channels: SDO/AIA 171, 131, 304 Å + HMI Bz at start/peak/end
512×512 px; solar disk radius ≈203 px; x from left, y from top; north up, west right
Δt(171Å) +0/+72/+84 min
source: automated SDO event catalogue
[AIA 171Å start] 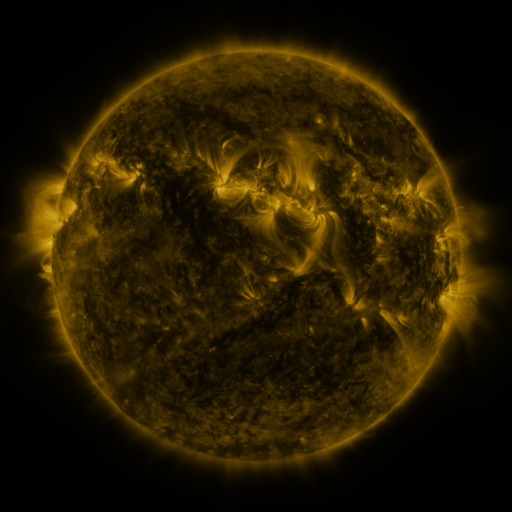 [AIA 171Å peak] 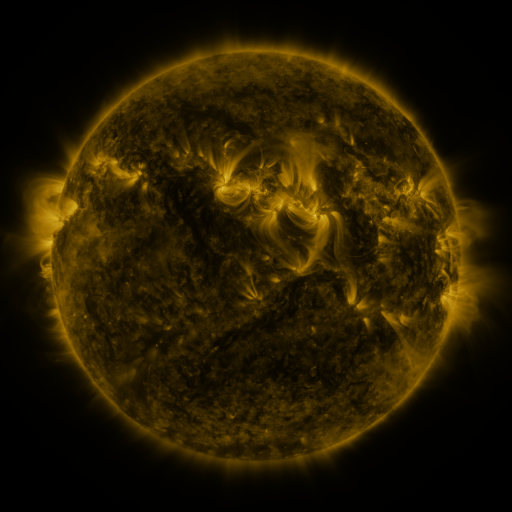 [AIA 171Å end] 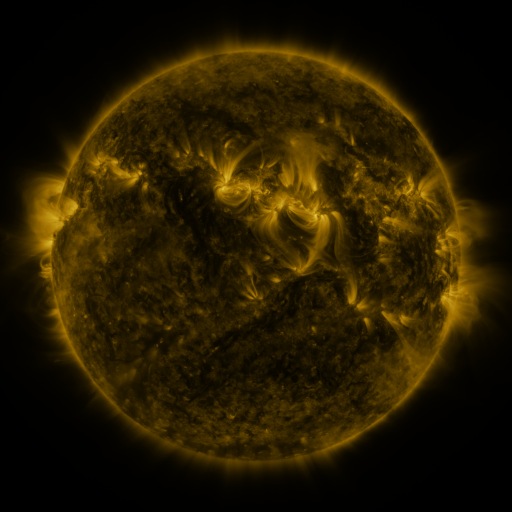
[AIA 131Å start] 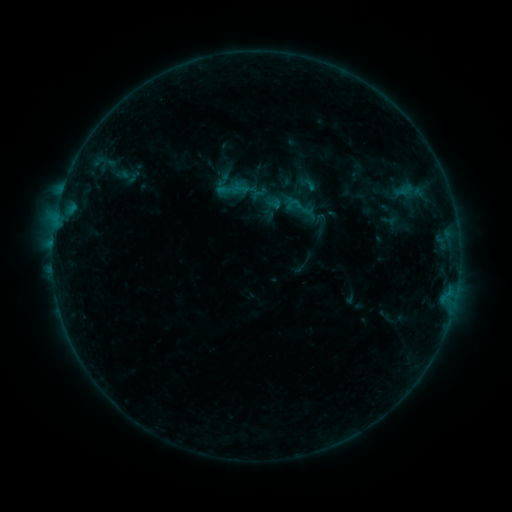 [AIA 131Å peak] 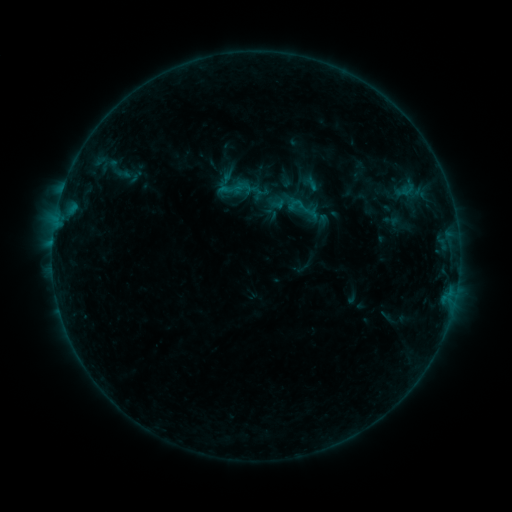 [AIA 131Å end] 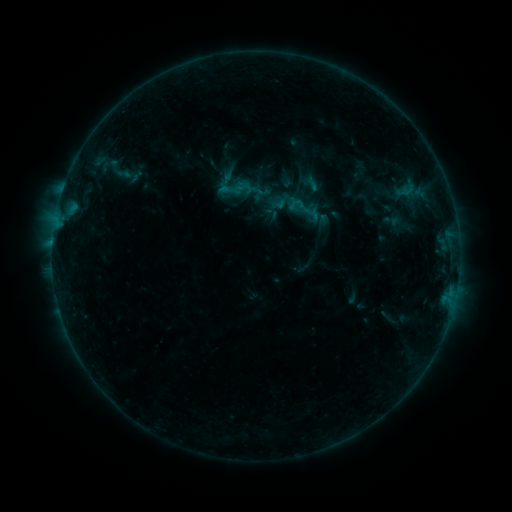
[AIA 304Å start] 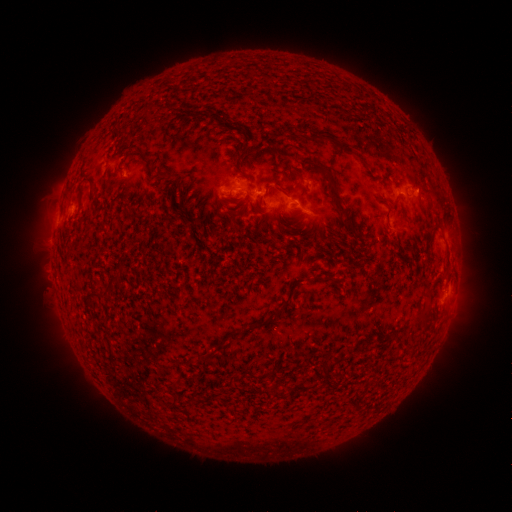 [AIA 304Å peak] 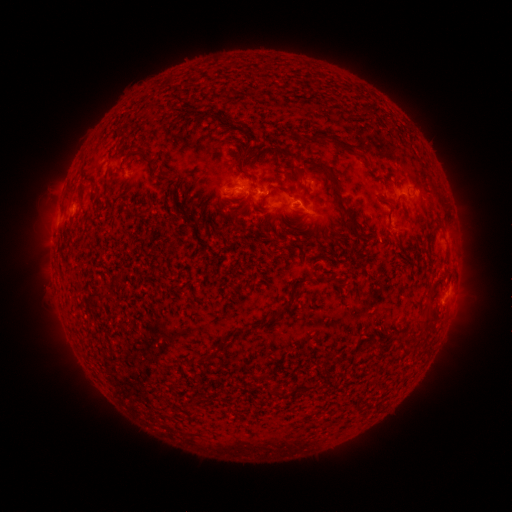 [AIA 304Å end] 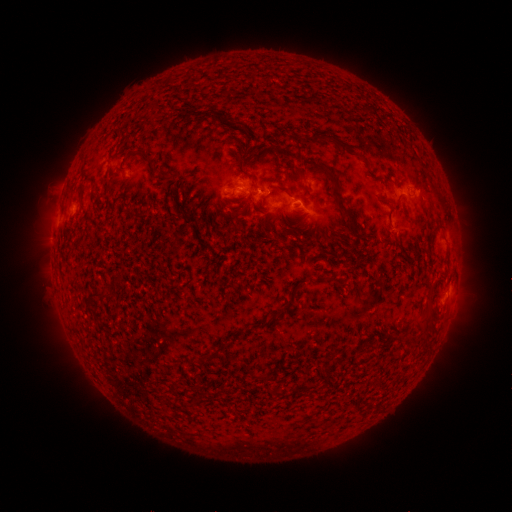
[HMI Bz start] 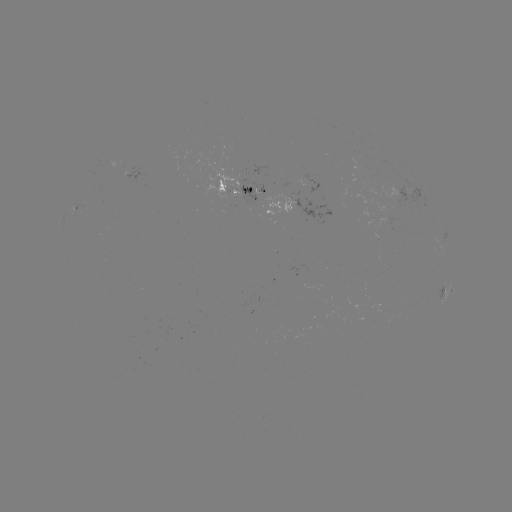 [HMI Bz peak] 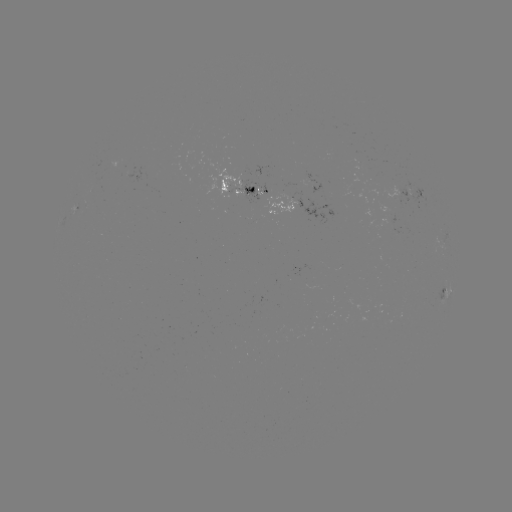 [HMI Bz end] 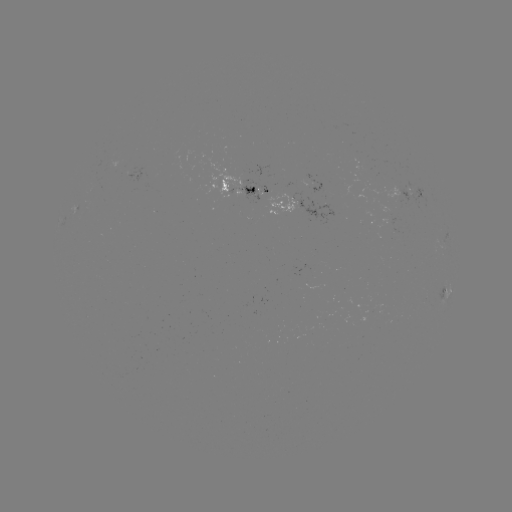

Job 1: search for emerging-flux region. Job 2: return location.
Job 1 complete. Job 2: [274, 198].